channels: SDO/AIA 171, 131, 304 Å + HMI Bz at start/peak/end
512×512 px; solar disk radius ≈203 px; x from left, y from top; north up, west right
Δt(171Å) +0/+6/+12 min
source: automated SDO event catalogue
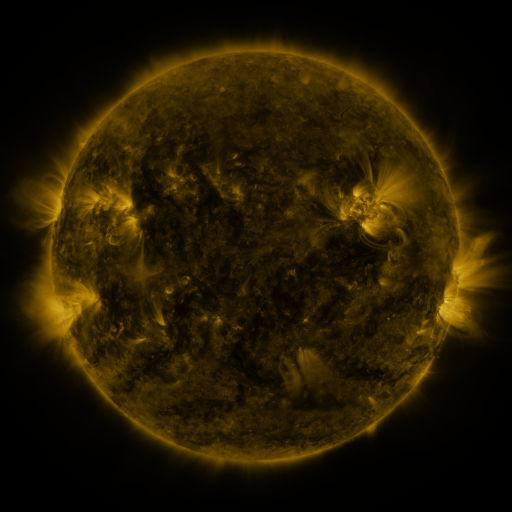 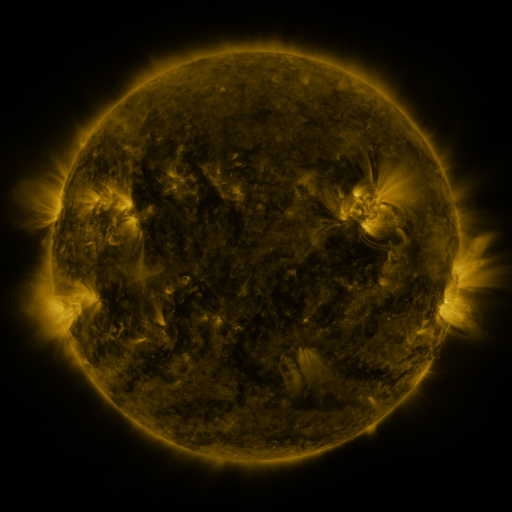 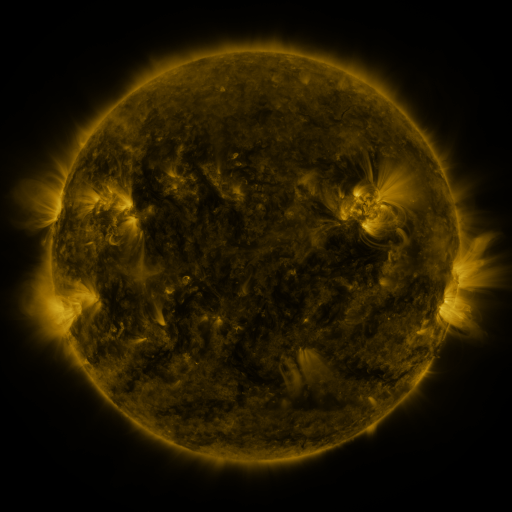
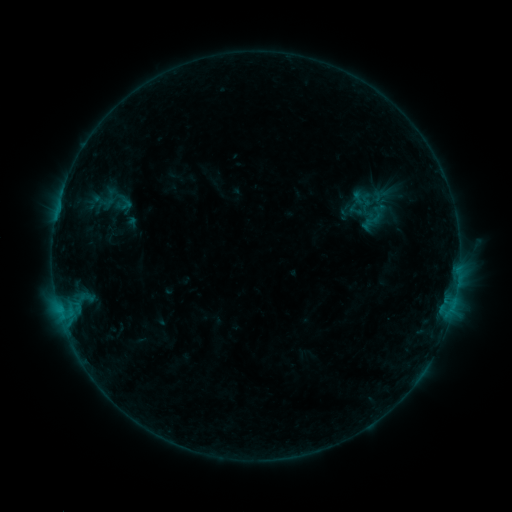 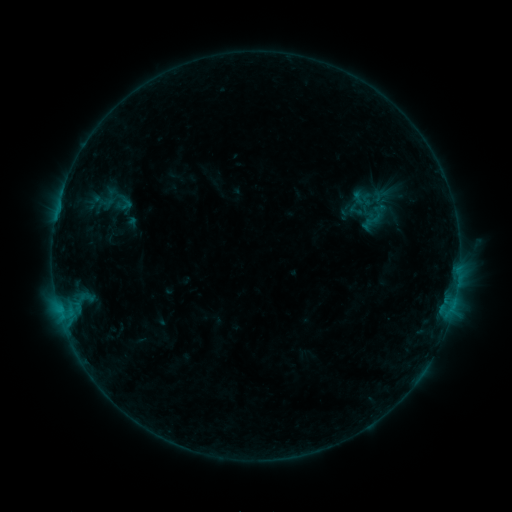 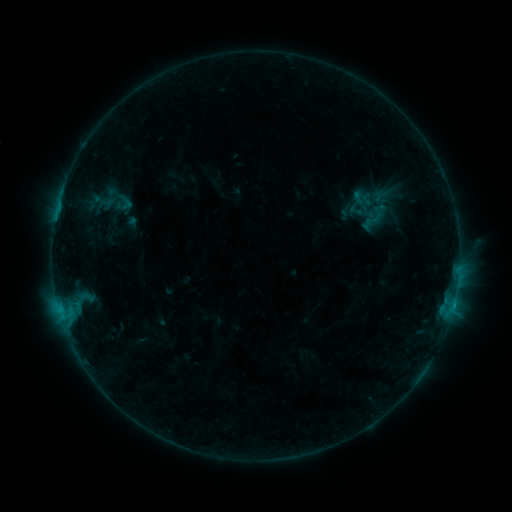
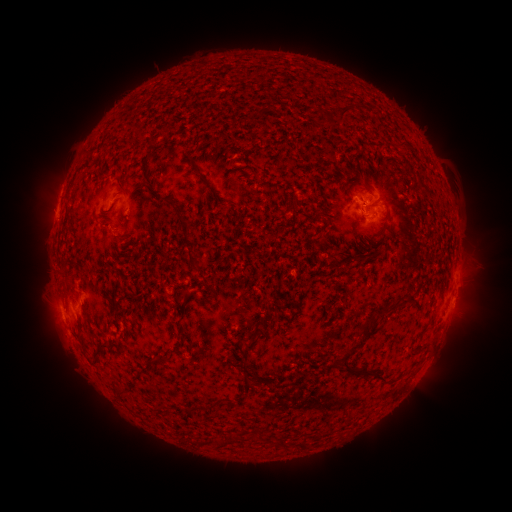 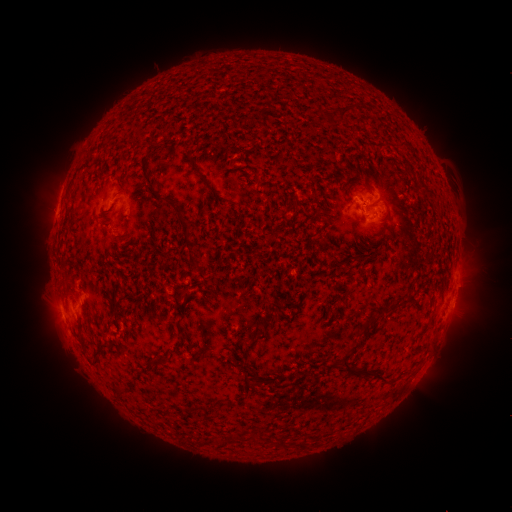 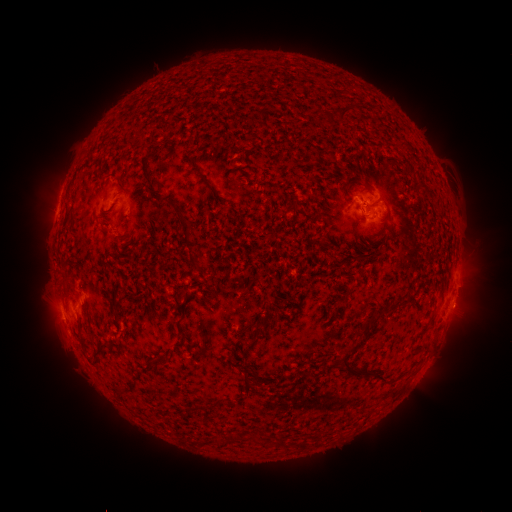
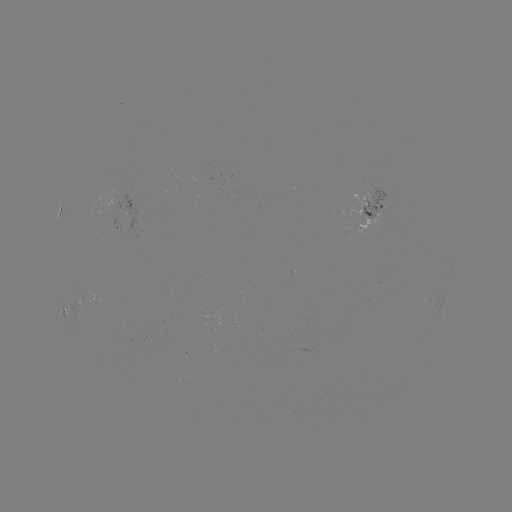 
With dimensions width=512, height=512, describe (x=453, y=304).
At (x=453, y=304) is B5.6 flare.